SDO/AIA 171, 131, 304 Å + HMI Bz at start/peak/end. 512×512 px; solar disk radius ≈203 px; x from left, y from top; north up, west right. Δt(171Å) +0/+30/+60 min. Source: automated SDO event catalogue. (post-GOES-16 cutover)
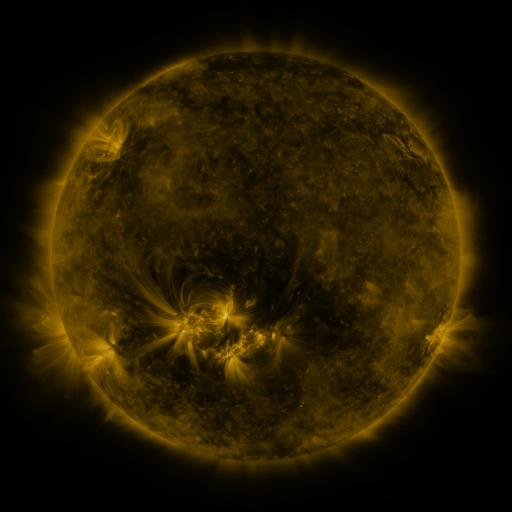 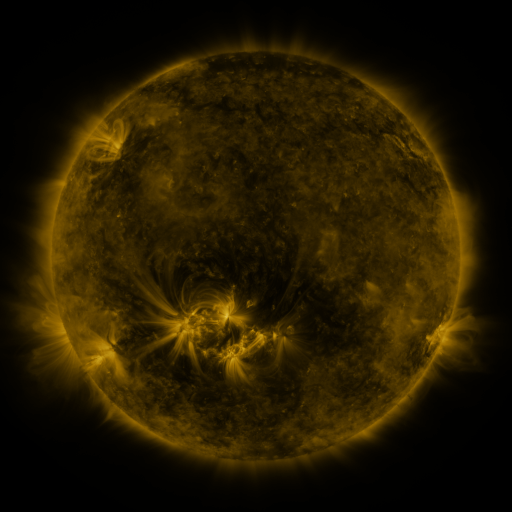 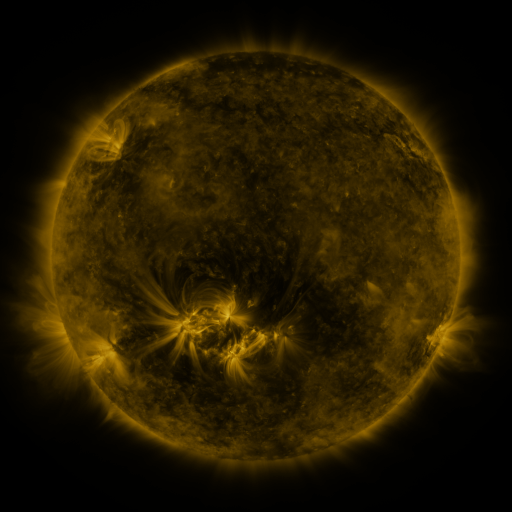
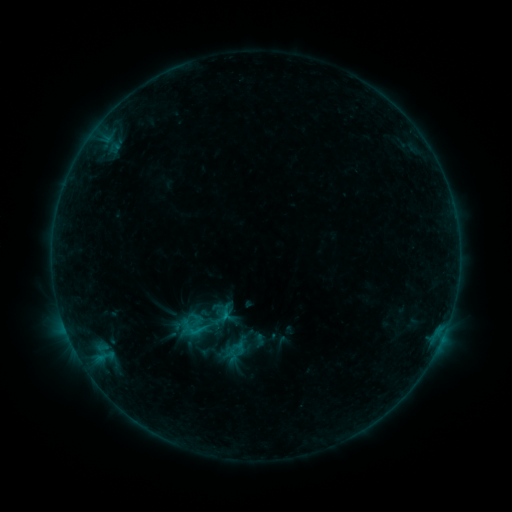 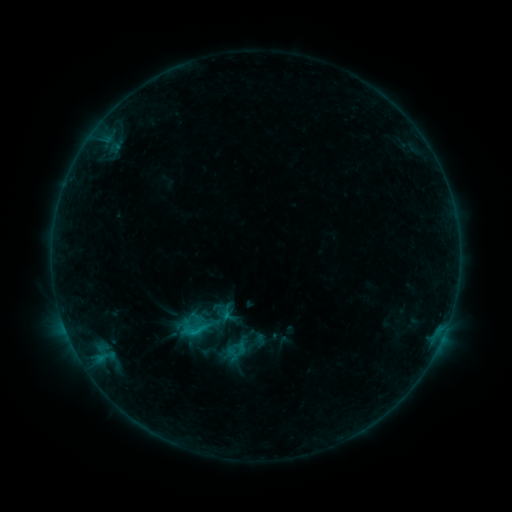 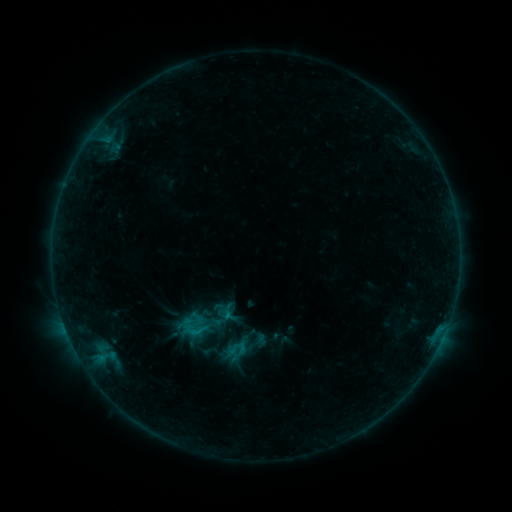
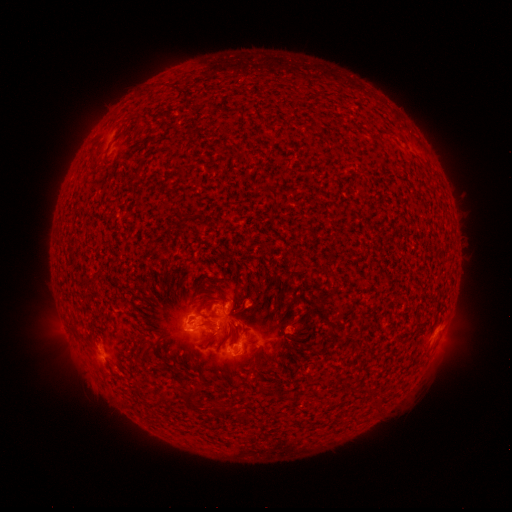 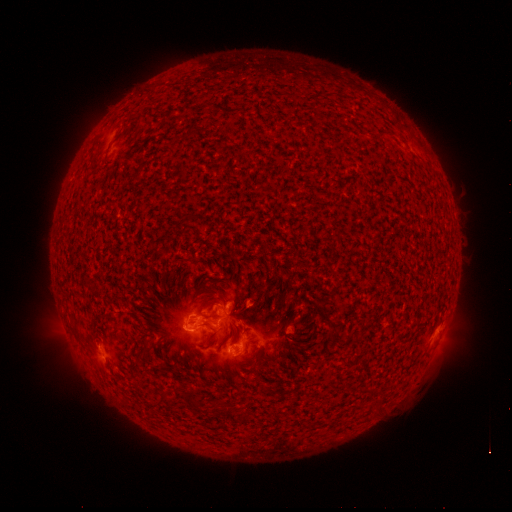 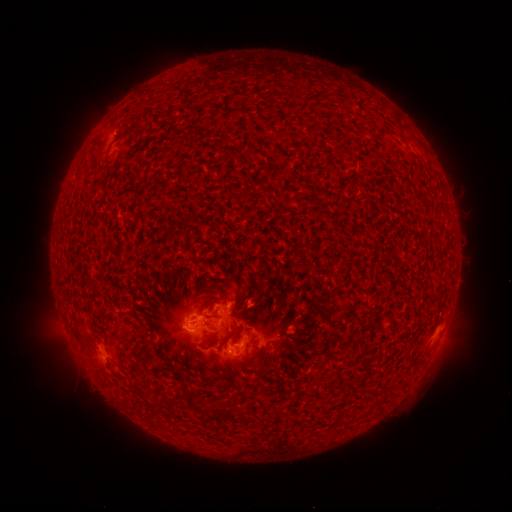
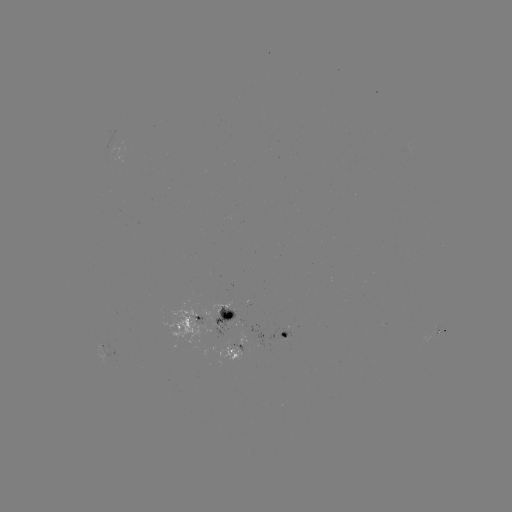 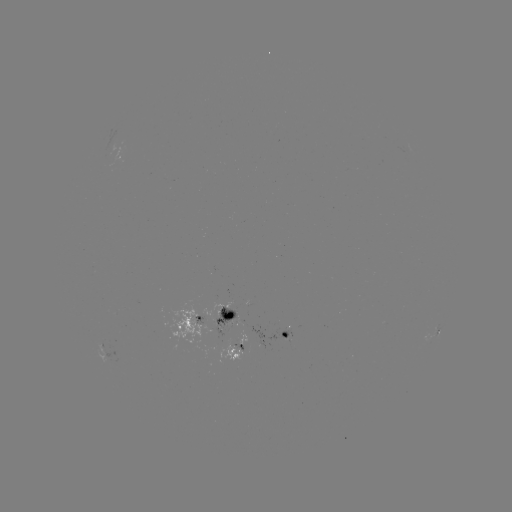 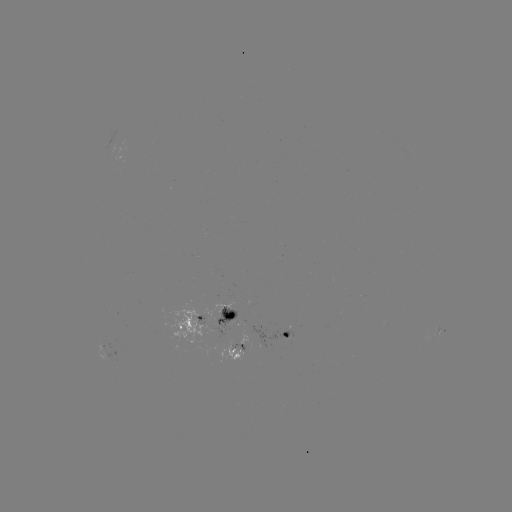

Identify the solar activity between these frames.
C1.3 flare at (205, 322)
